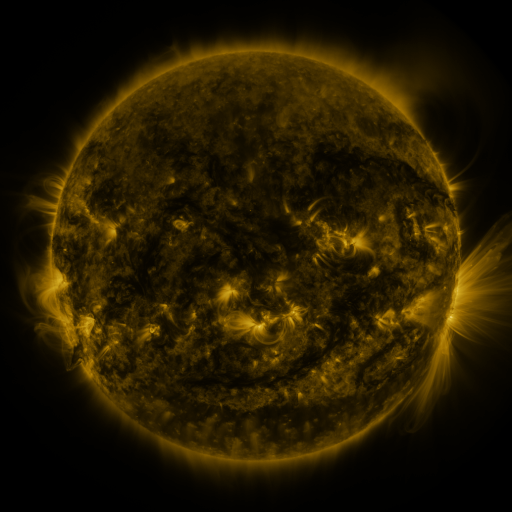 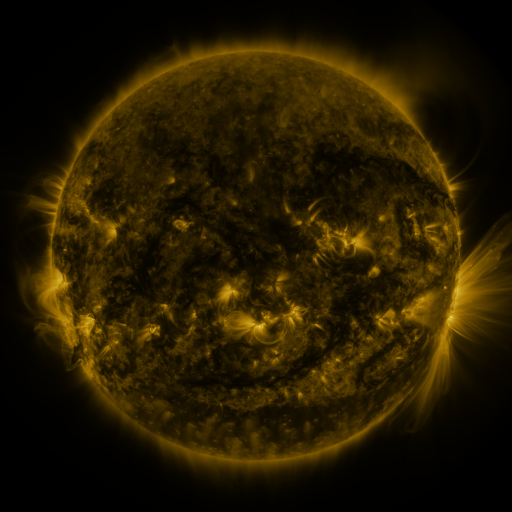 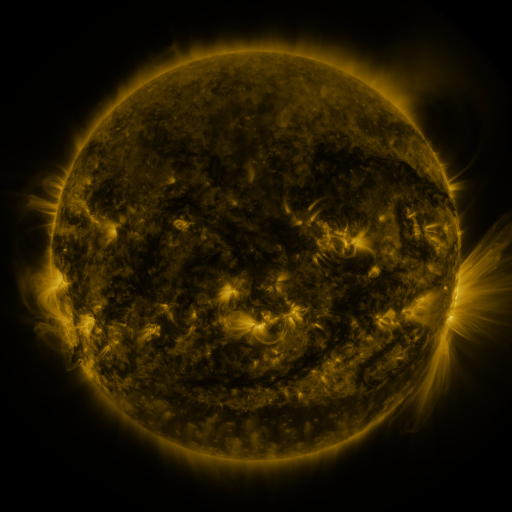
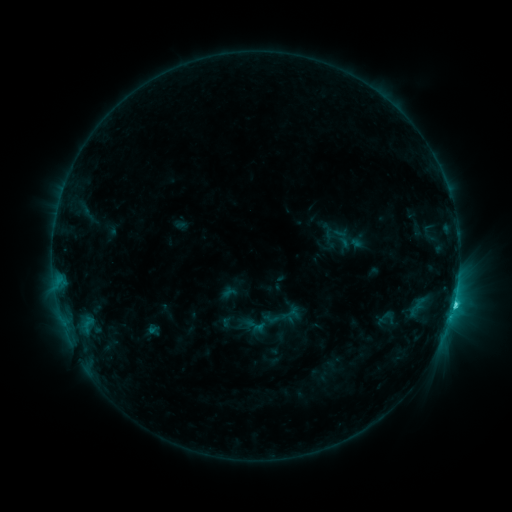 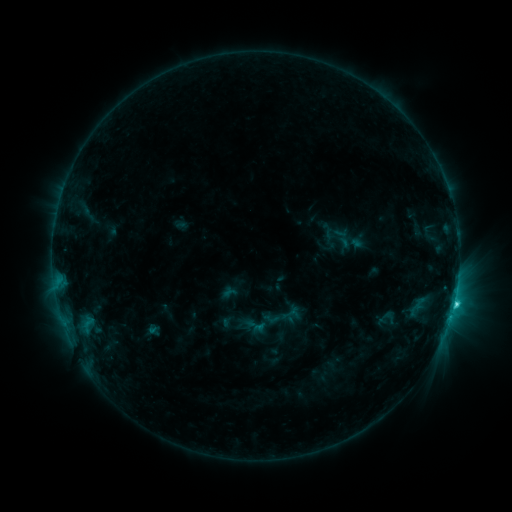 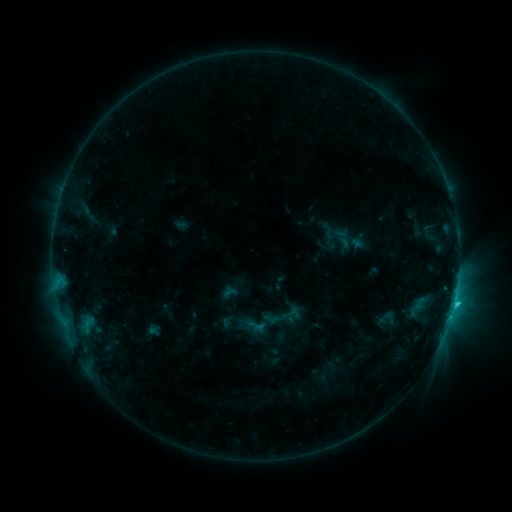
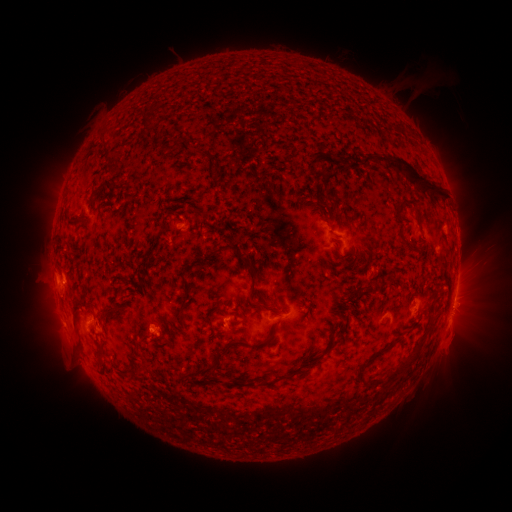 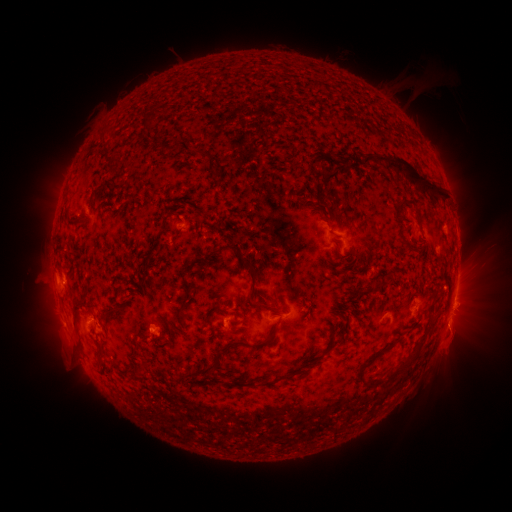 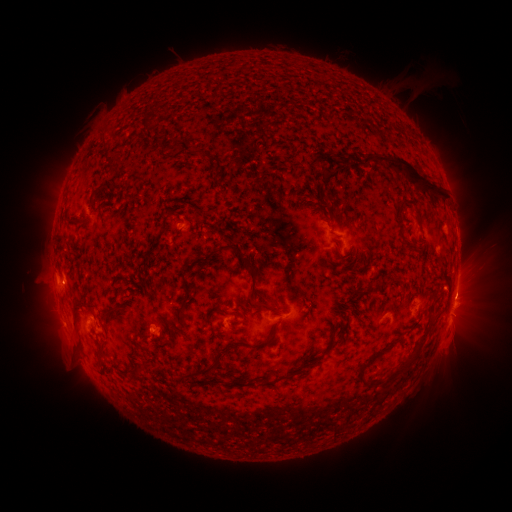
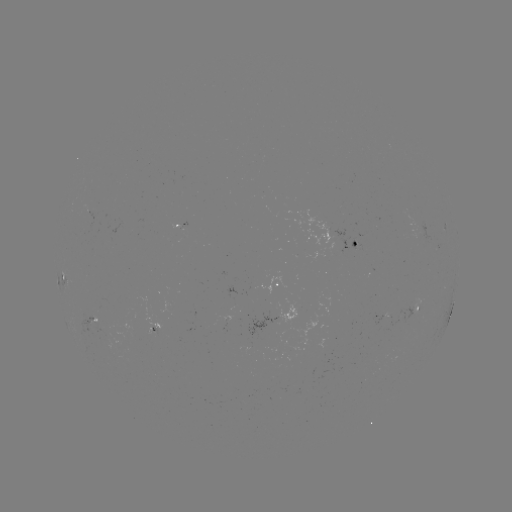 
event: eruption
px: (457, 327)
